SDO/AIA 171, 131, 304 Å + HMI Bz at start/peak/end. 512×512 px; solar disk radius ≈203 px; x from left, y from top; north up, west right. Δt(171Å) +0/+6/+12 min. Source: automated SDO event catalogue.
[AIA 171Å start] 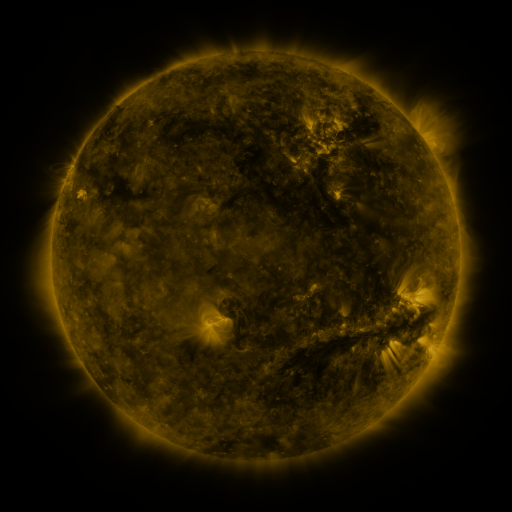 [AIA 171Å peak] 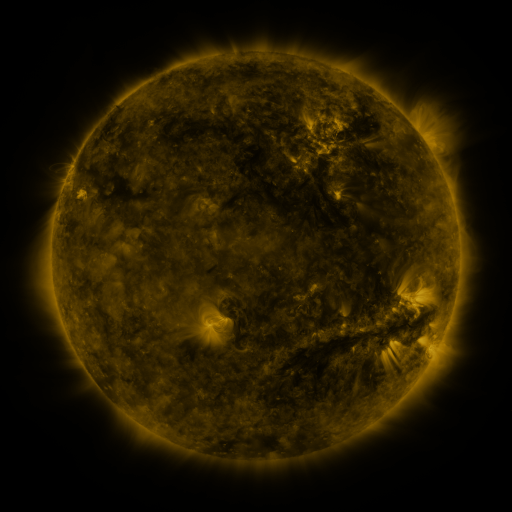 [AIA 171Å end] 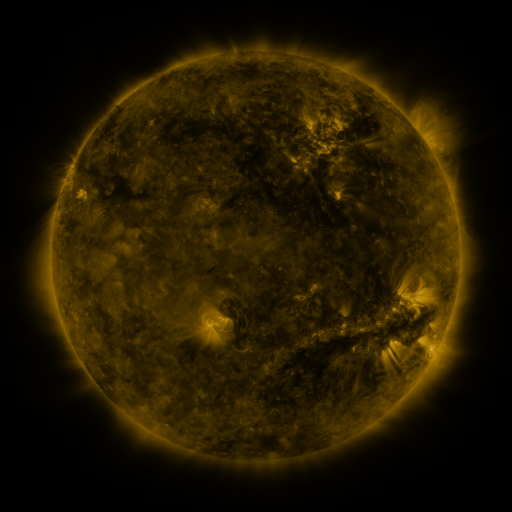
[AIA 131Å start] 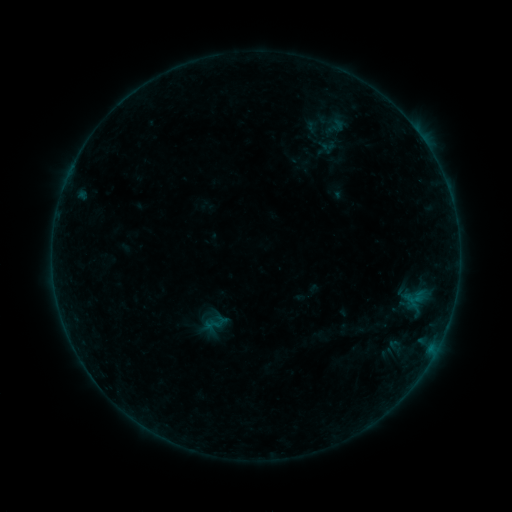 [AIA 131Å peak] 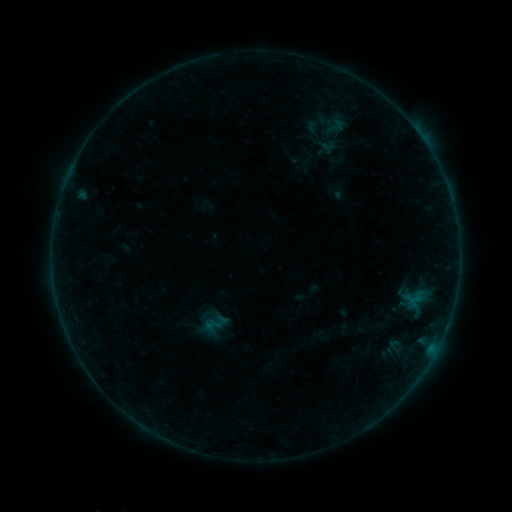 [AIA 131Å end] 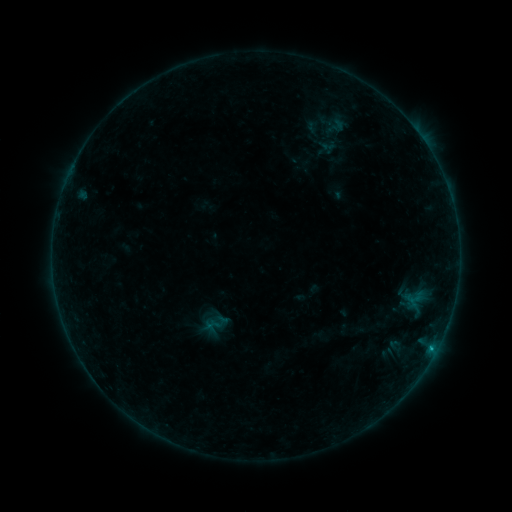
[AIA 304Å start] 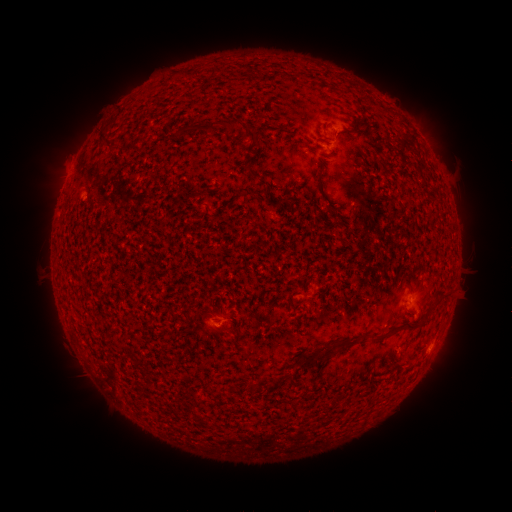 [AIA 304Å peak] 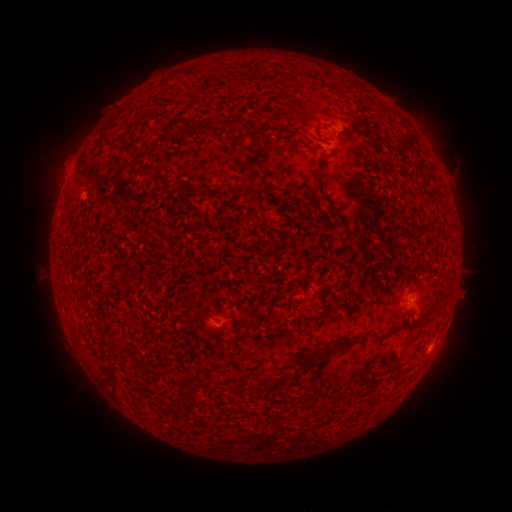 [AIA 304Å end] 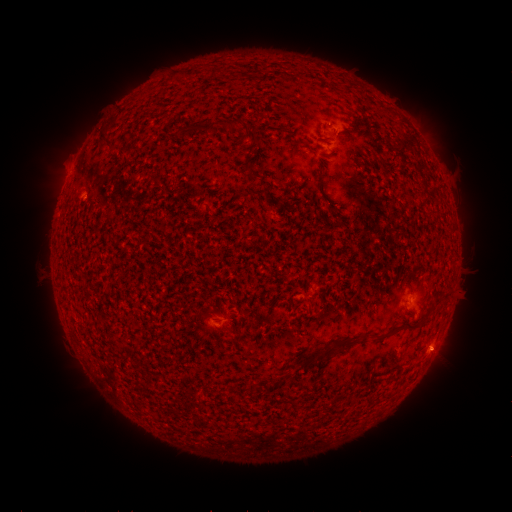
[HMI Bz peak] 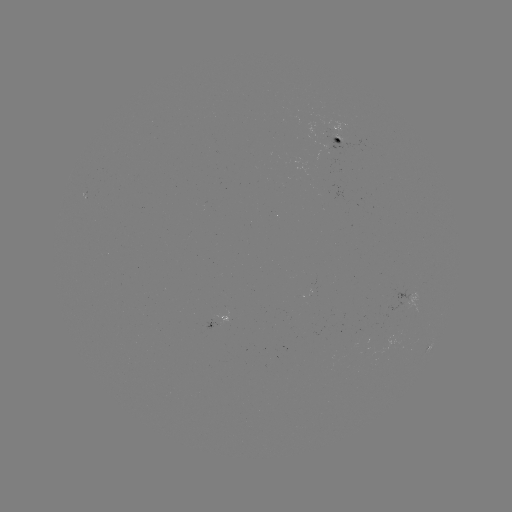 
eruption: <bbox>415, 329, 470, 382</bbox>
